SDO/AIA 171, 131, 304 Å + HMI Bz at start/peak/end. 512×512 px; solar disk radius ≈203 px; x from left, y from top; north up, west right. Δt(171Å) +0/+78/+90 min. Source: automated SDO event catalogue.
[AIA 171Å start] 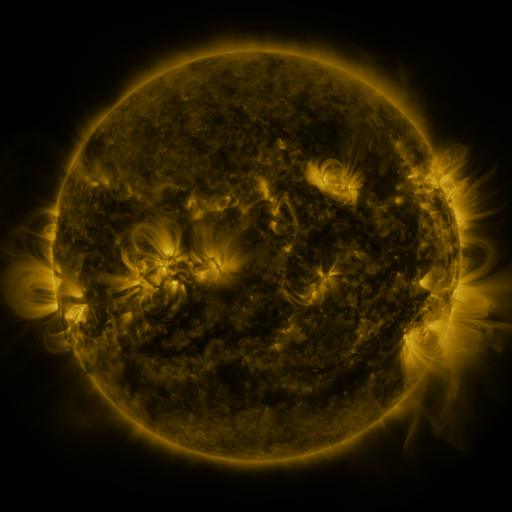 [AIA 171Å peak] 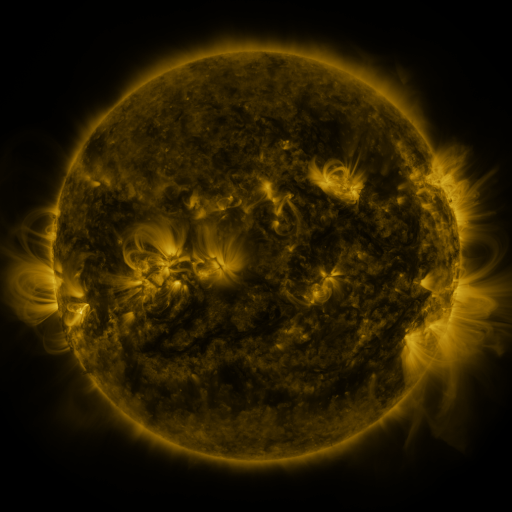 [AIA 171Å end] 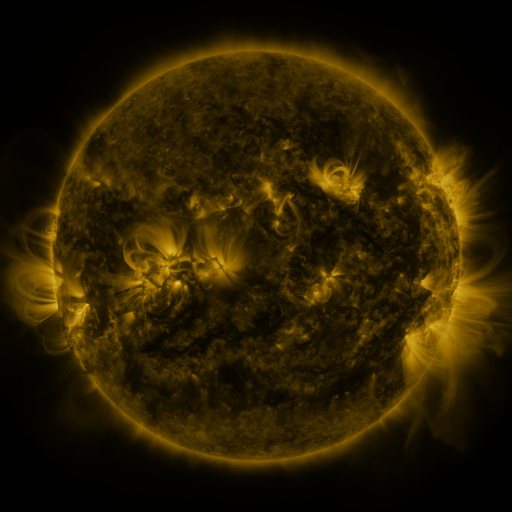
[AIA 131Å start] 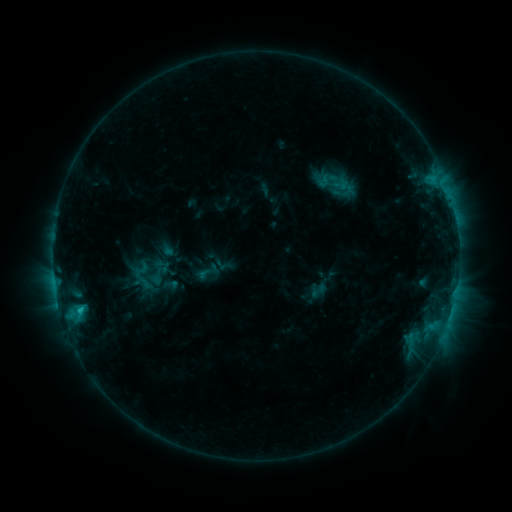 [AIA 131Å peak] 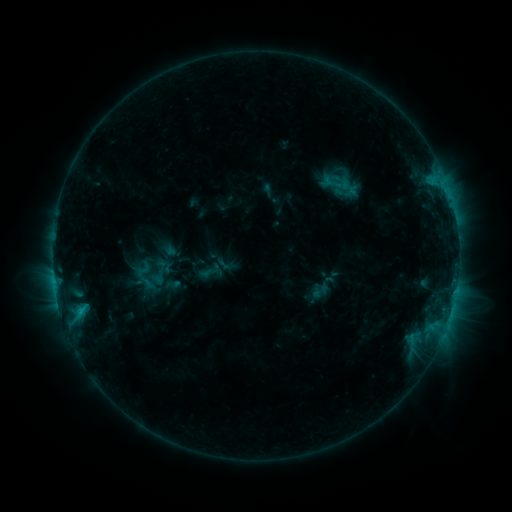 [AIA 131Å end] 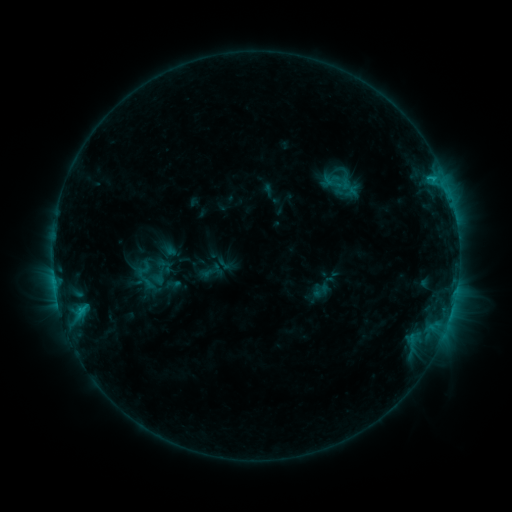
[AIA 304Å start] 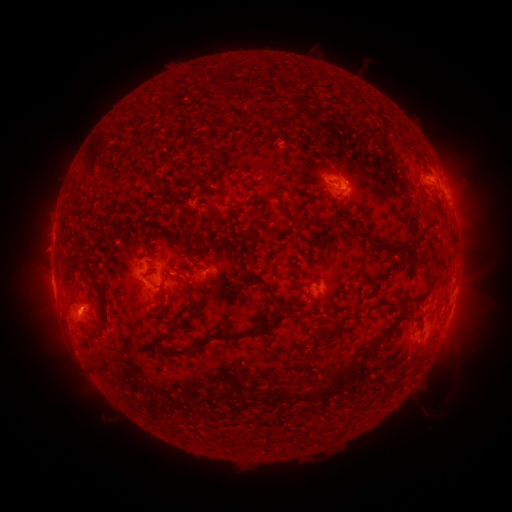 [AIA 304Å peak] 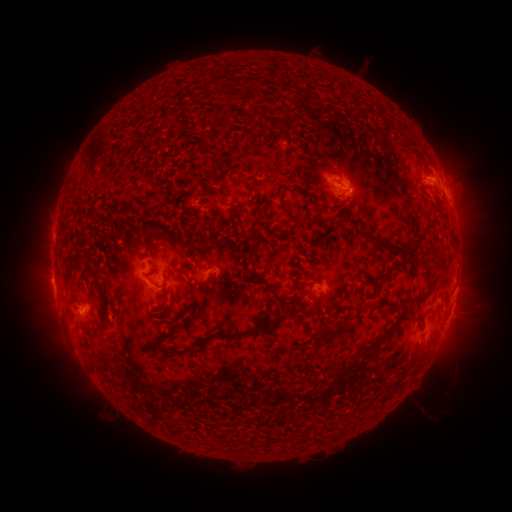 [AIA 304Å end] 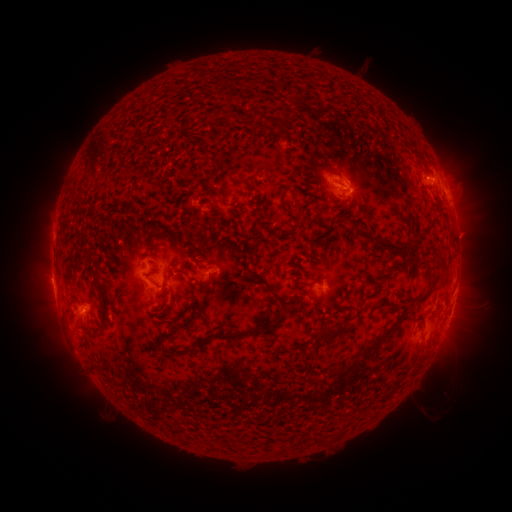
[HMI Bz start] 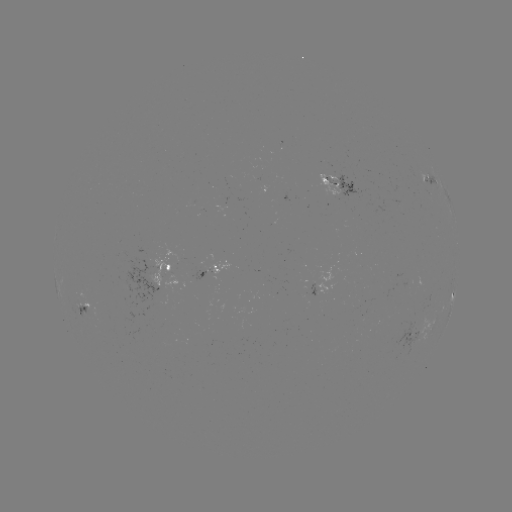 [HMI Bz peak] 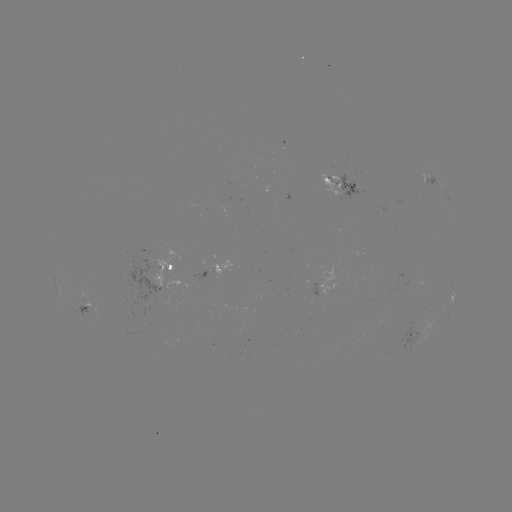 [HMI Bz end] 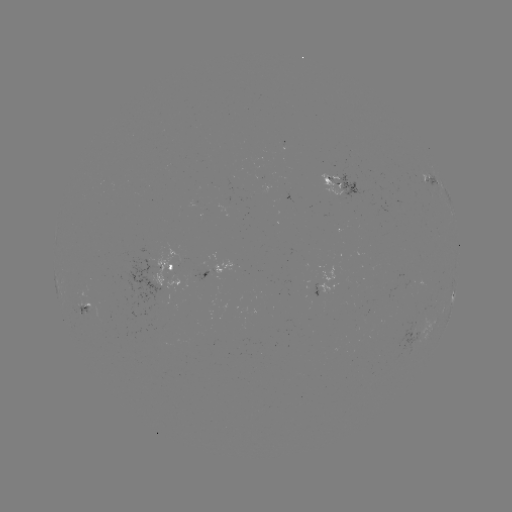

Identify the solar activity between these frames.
C3.0 flare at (80, 308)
